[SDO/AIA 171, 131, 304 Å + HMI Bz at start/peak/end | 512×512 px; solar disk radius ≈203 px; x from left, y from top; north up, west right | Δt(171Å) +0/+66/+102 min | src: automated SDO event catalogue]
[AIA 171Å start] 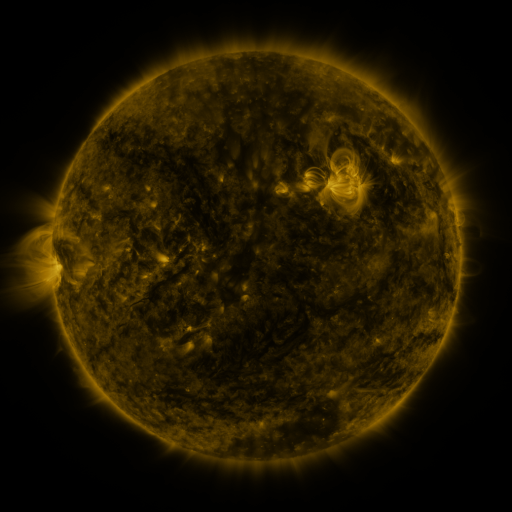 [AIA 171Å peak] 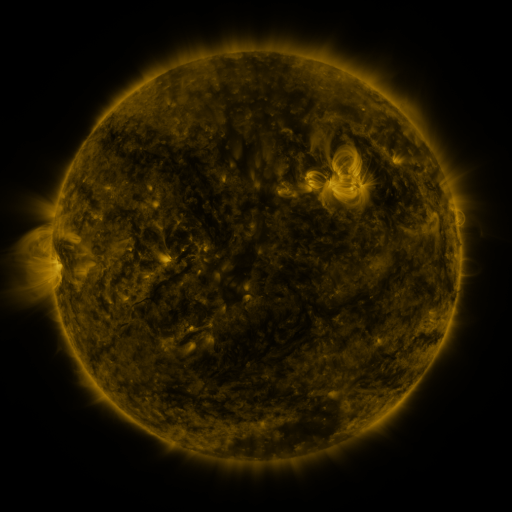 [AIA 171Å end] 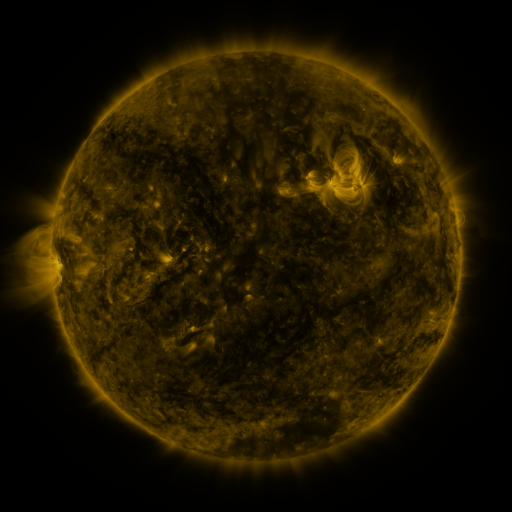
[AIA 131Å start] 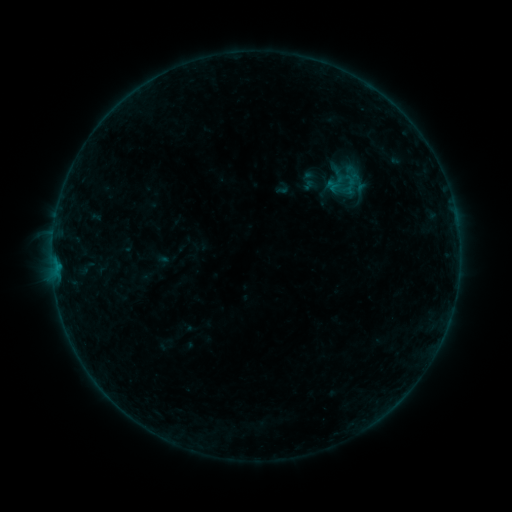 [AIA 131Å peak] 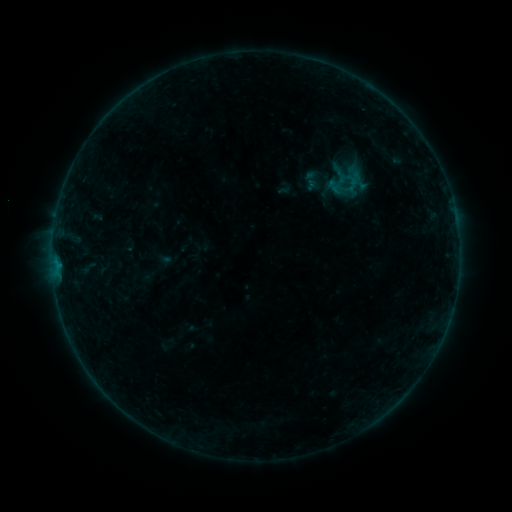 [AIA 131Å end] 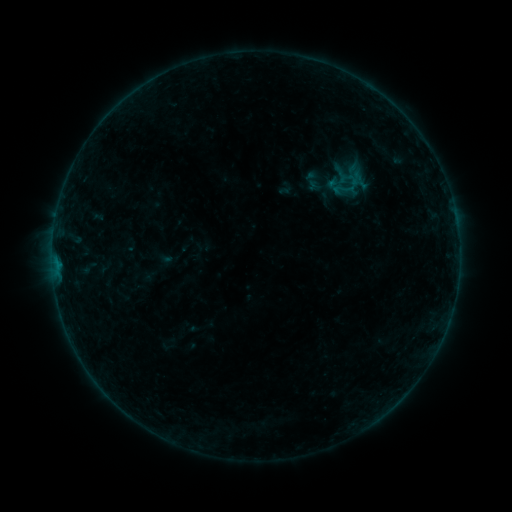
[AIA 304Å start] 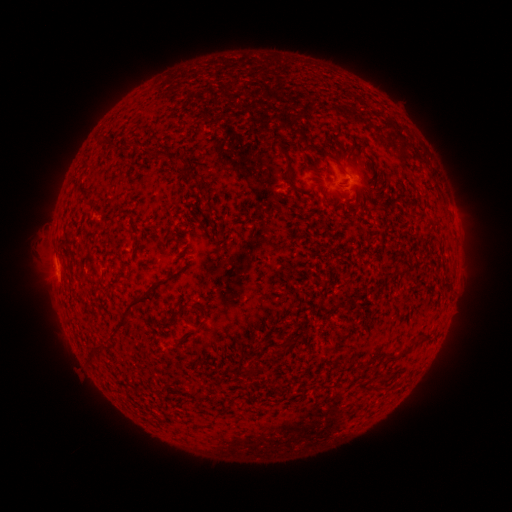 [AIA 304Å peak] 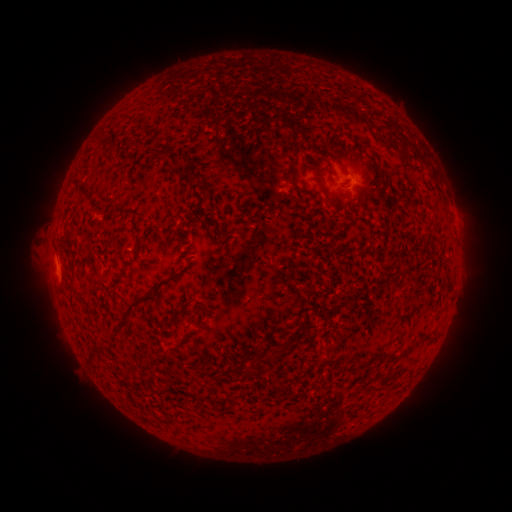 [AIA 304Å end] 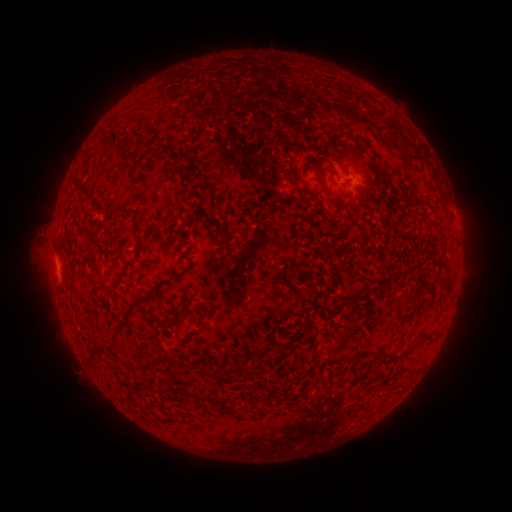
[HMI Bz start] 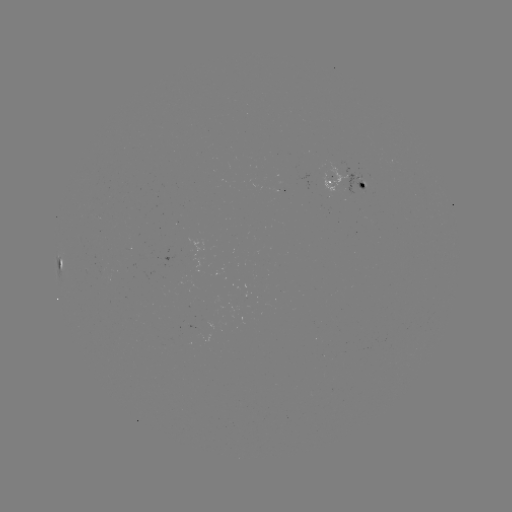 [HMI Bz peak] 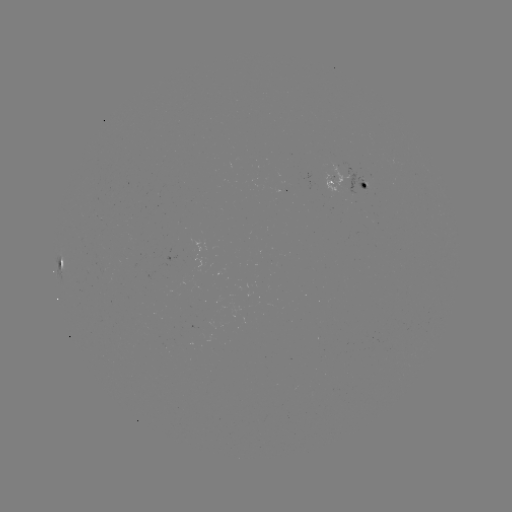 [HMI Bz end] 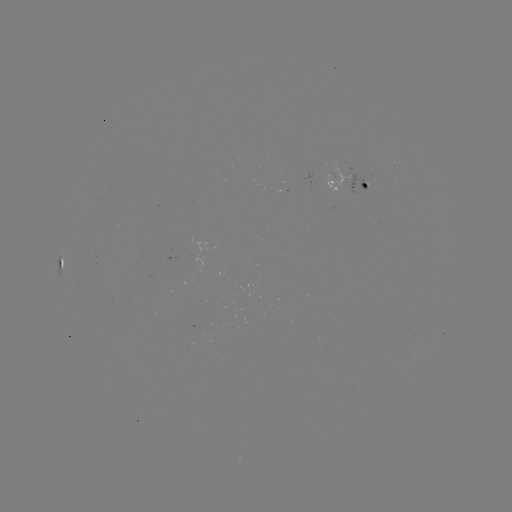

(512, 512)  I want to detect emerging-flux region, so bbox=[186, 325, 198, 346].